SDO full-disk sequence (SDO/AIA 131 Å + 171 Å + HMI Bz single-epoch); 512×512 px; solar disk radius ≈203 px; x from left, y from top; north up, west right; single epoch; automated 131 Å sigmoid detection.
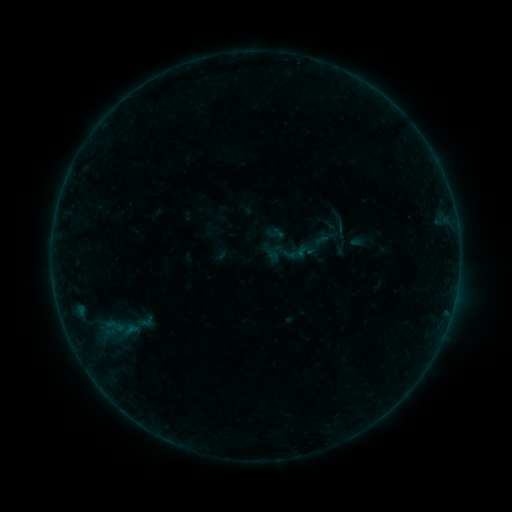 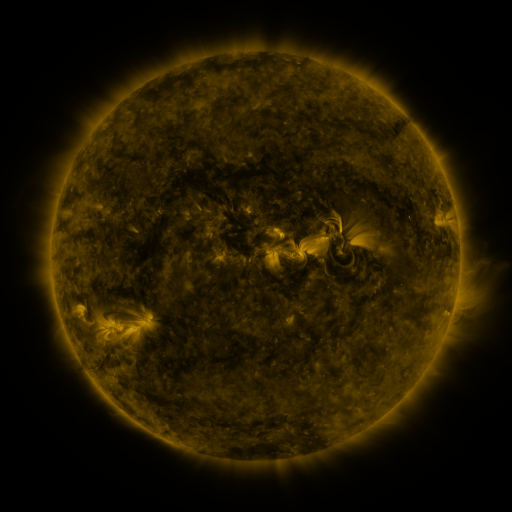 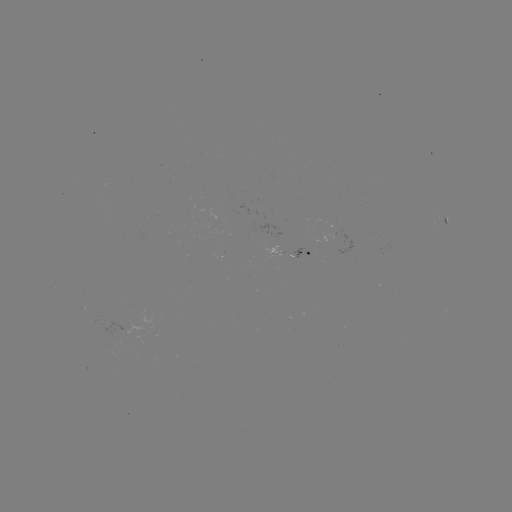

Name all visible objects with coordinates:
sigmoid: (341, 228)
